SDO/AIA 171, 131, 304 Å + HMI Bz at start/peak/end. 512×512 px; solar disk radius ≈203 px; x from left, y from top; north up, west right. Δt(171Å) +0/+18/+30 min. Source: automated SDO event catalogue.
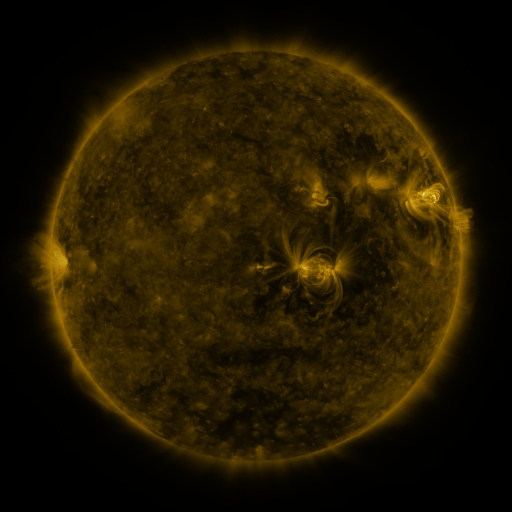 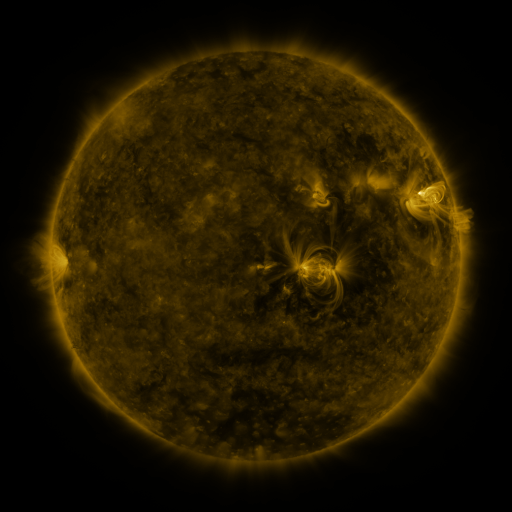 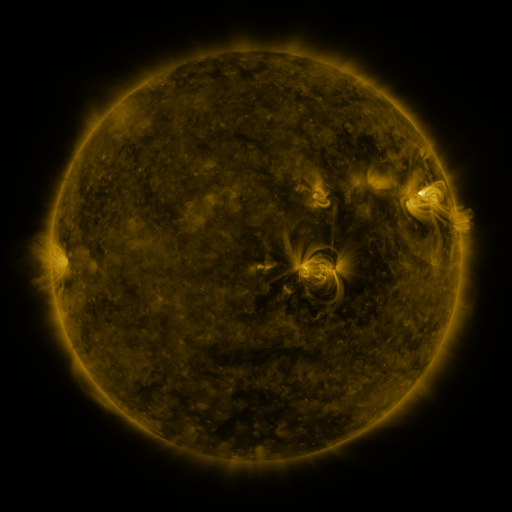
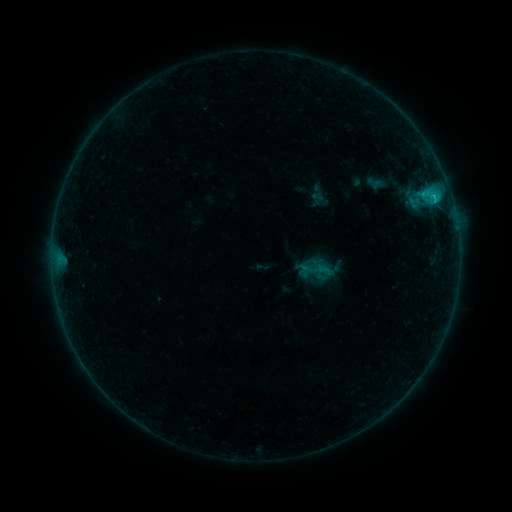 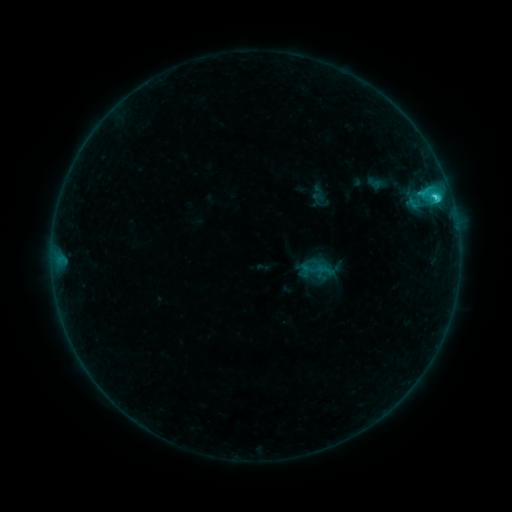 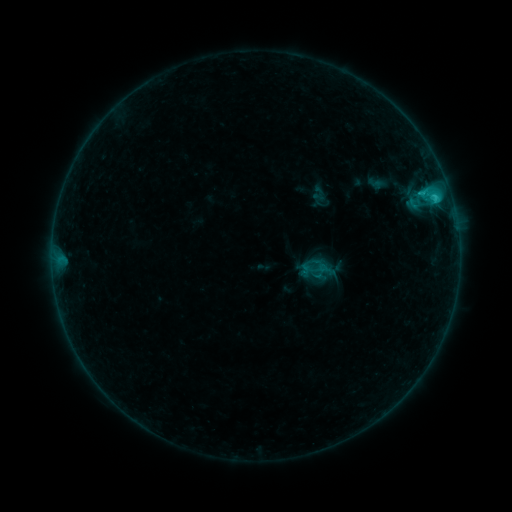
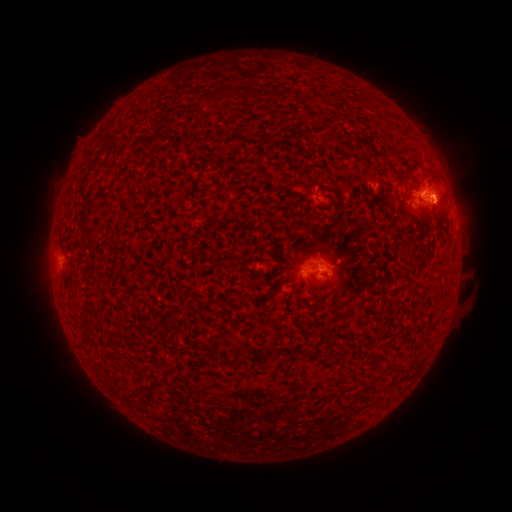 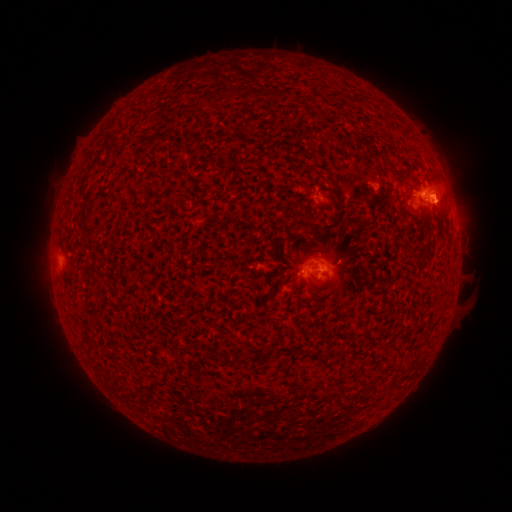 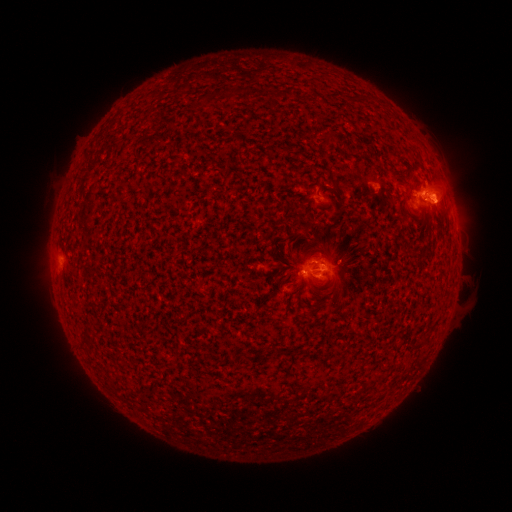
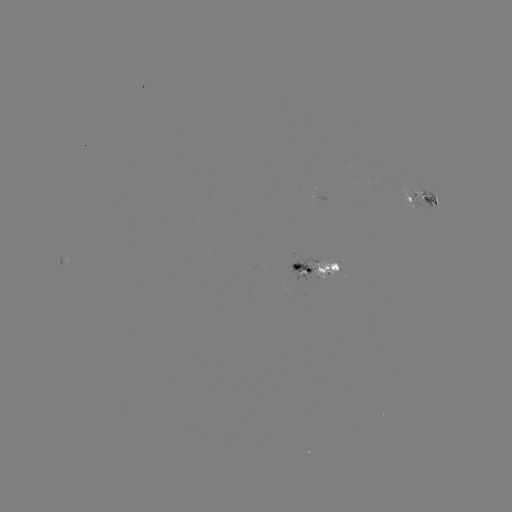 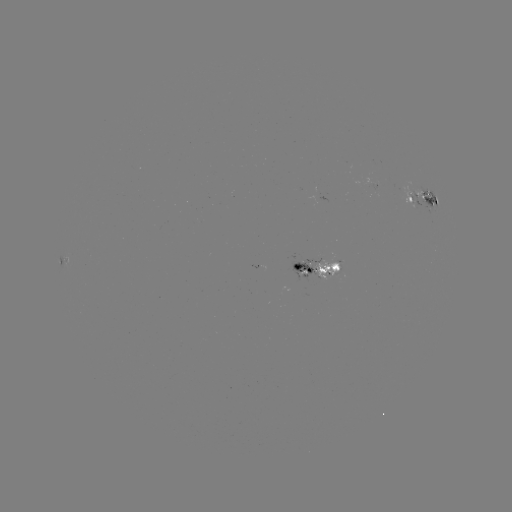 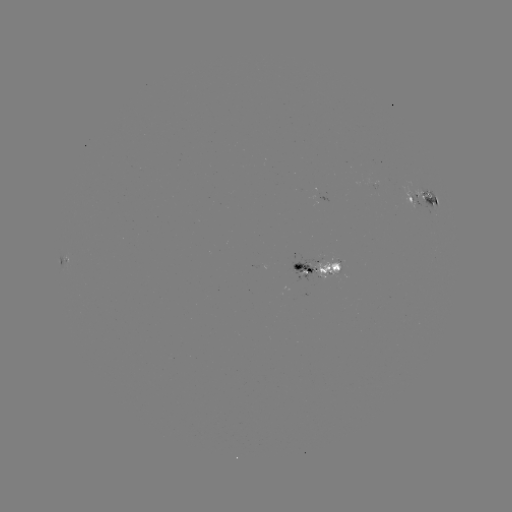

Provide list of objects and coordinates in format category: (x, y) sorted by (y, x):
C1.7 flare: (434, 197)
